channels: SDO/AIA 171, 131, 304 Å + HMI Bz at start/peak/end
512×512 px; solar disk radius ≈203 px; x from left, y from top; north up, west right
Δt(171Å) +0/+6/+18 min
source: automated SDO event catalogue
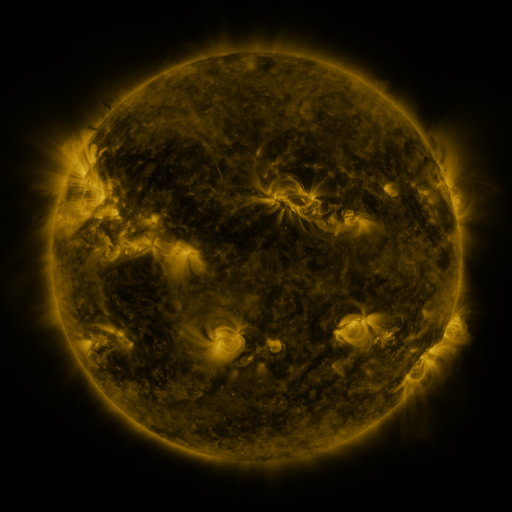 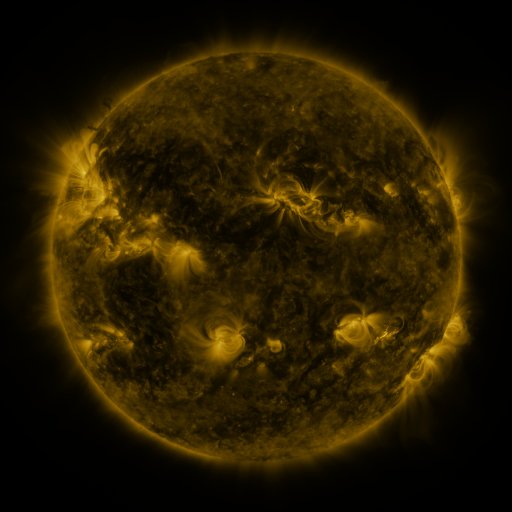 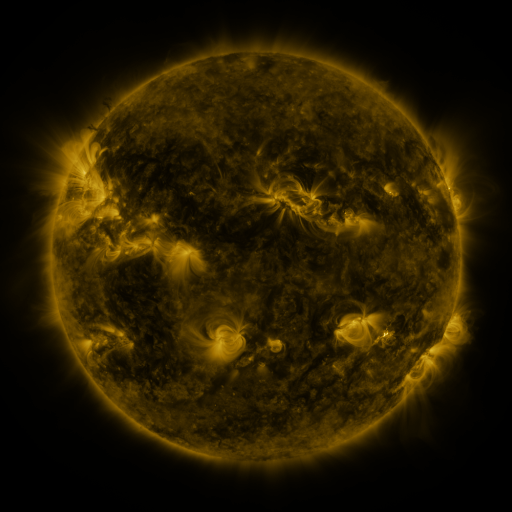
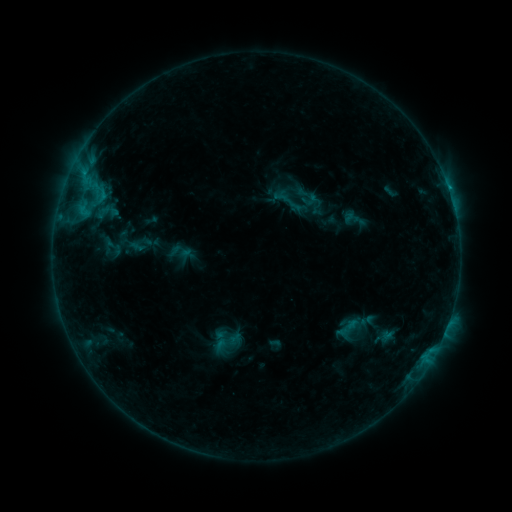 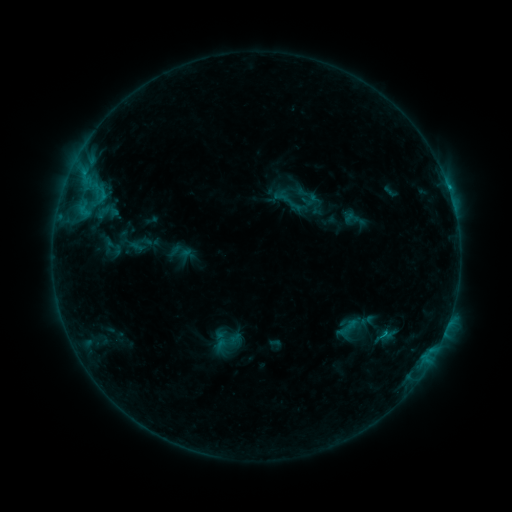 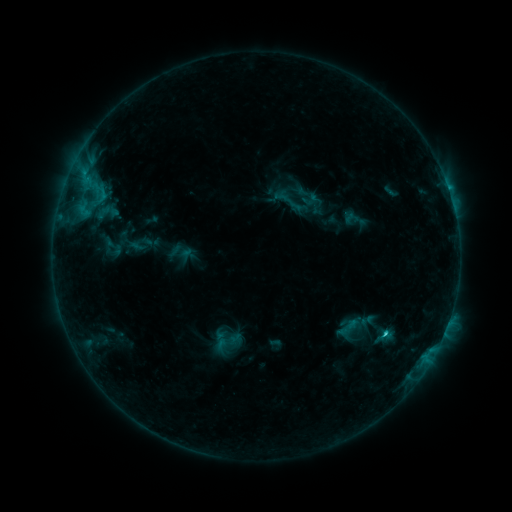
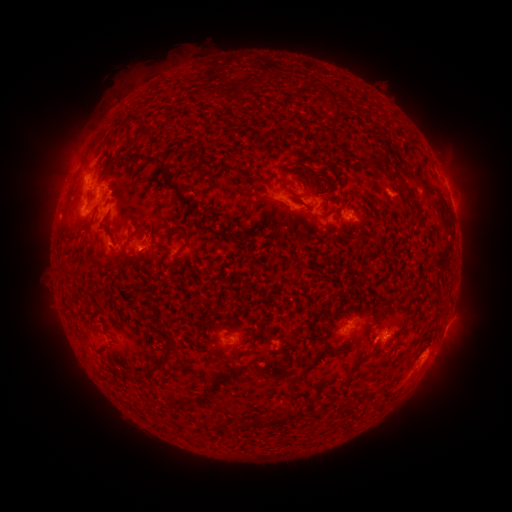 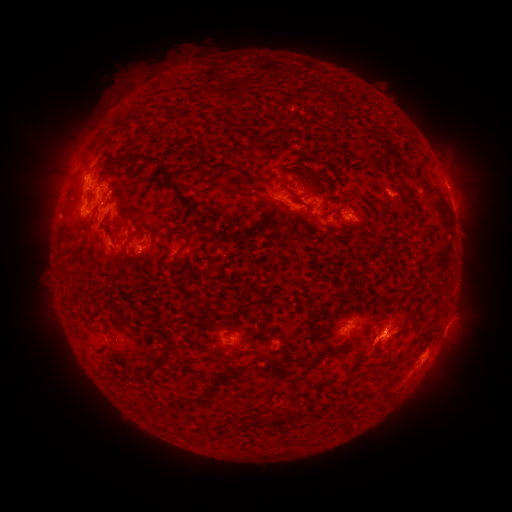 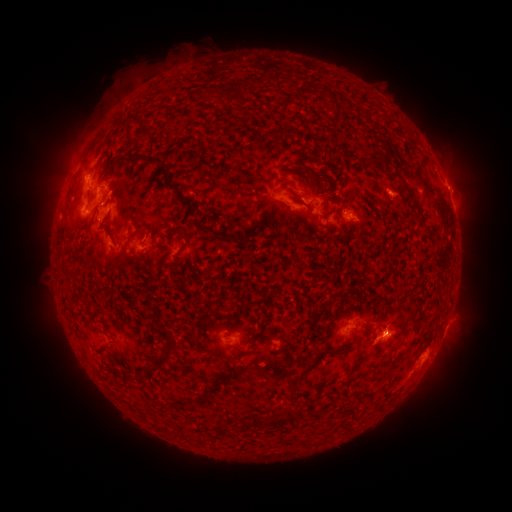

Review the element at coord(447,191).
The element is C1.9 flare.